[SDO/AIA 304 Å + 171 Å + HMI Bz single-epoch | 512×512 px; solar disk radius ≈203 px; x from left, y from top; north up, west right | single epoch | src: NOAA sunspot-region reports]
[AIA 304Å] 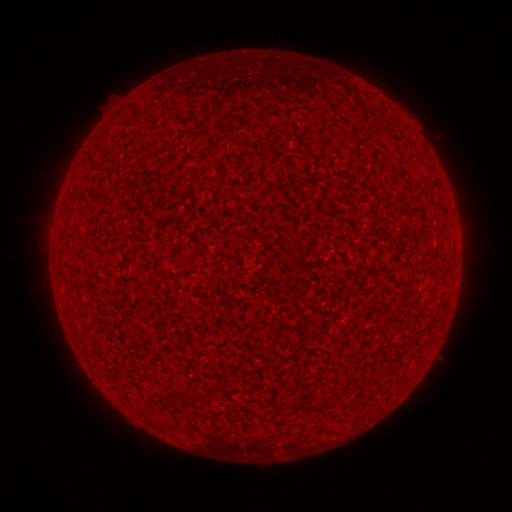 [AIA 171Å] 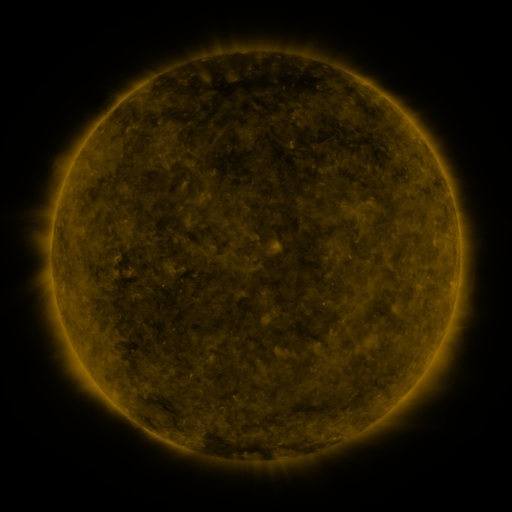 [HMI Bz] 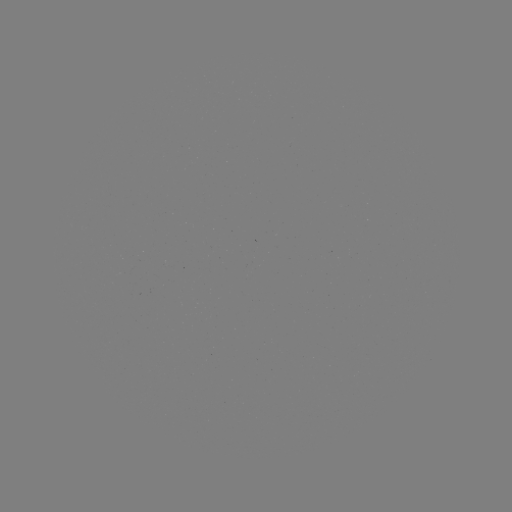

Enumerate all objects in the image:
(none)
